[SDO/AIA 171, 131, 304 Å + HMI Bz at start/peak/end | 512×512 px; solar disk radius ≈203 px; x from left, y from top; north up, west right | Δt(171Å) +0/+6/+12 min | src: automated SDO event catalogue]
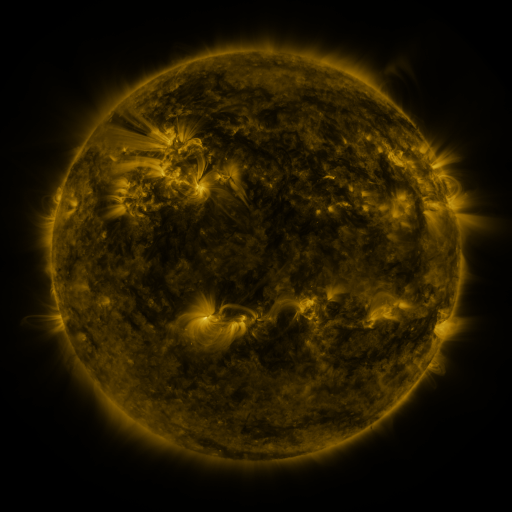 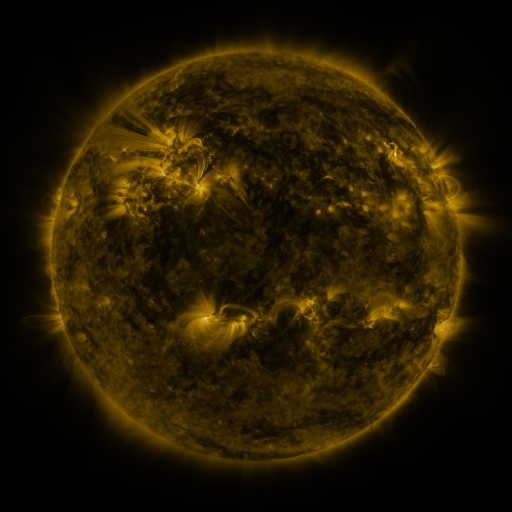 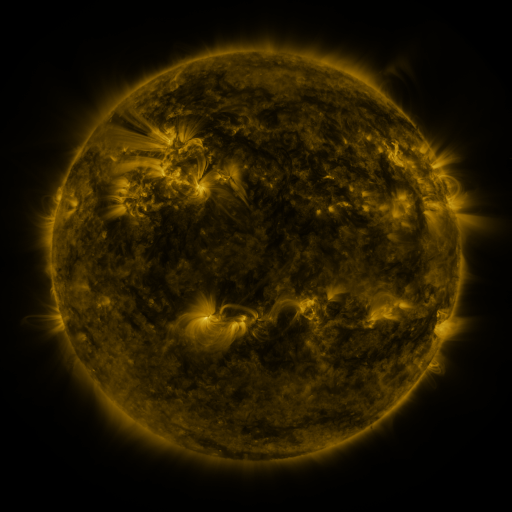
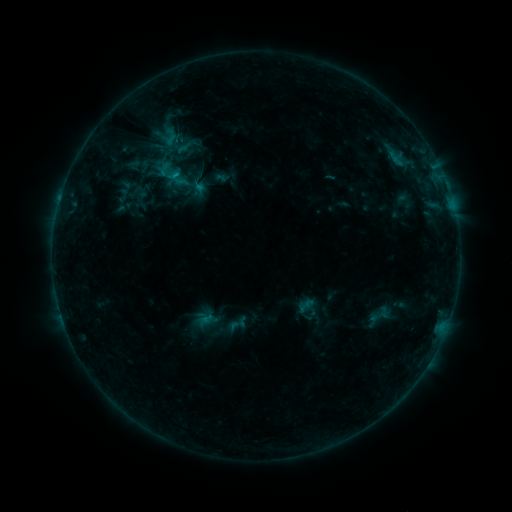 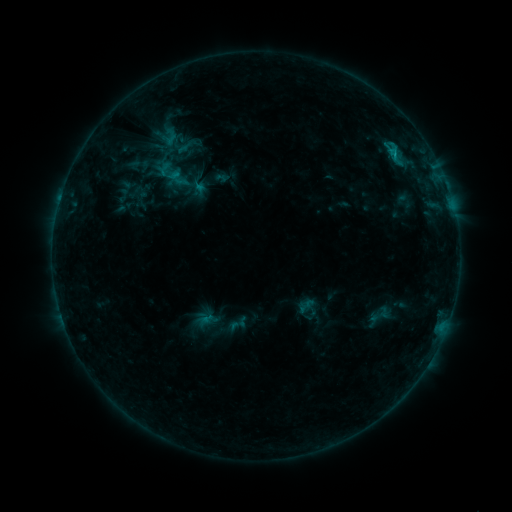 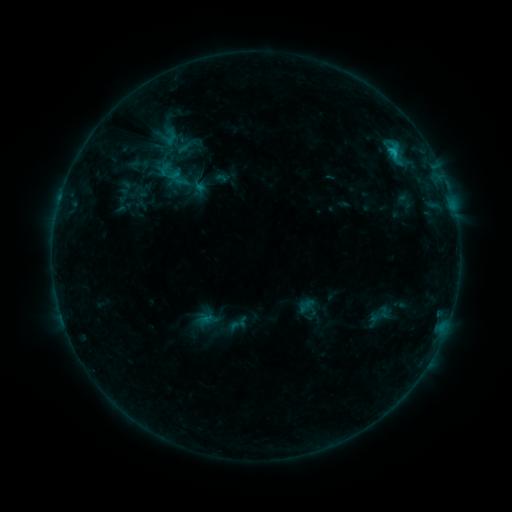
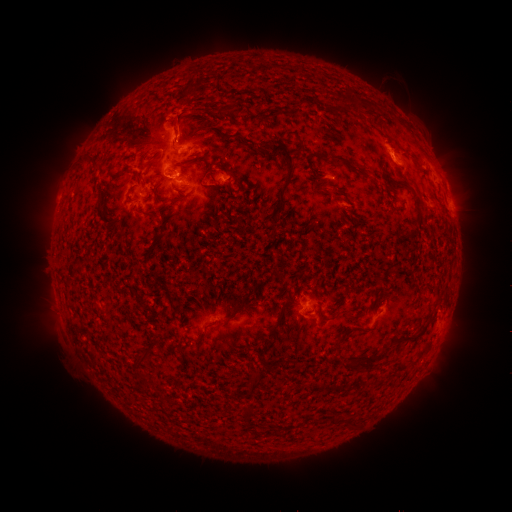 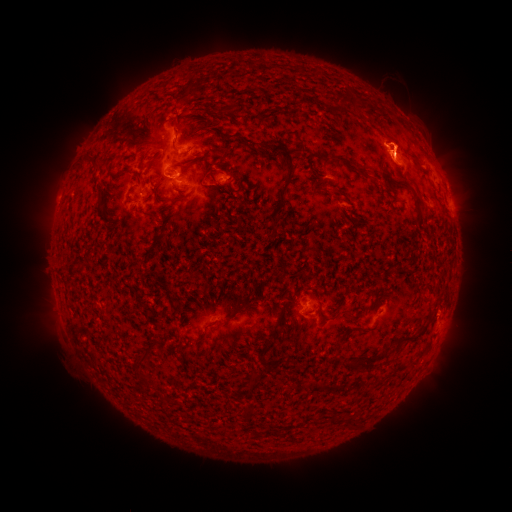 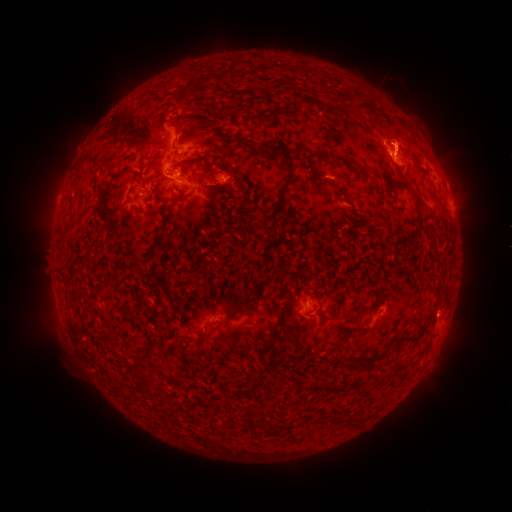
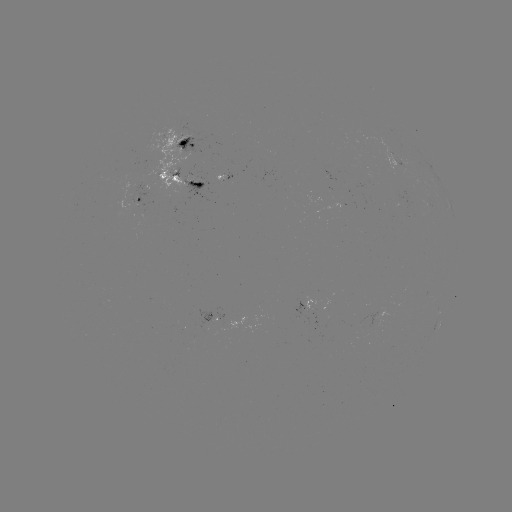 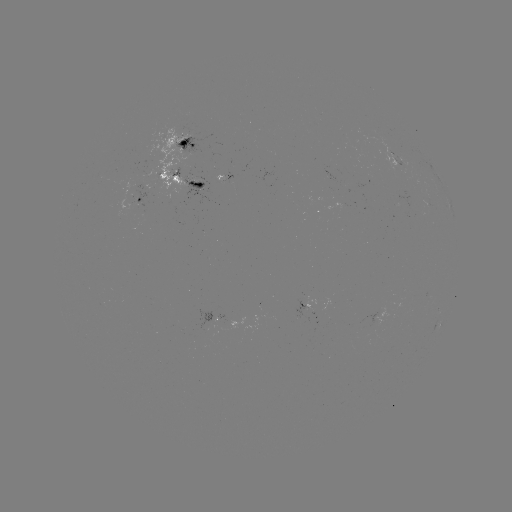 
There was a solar eruption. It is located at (452, 144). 